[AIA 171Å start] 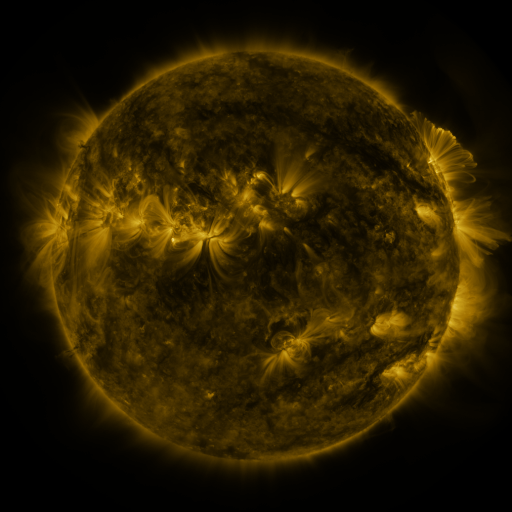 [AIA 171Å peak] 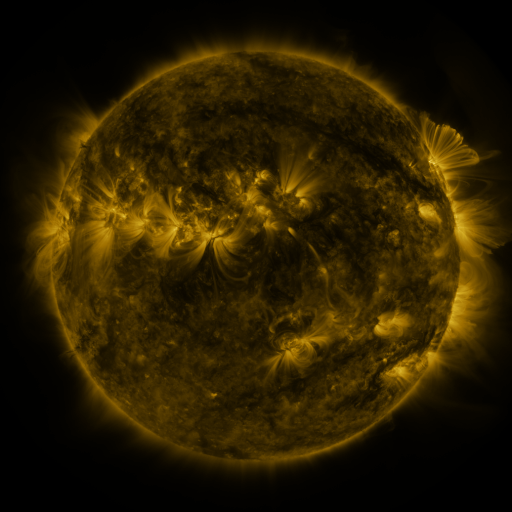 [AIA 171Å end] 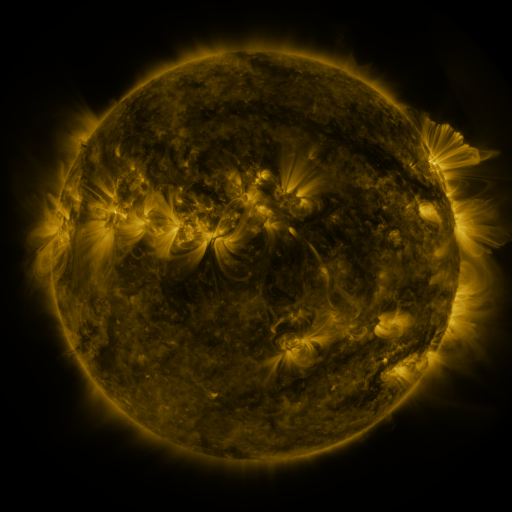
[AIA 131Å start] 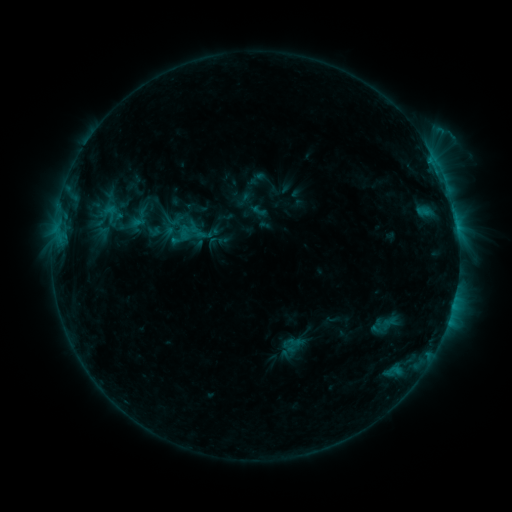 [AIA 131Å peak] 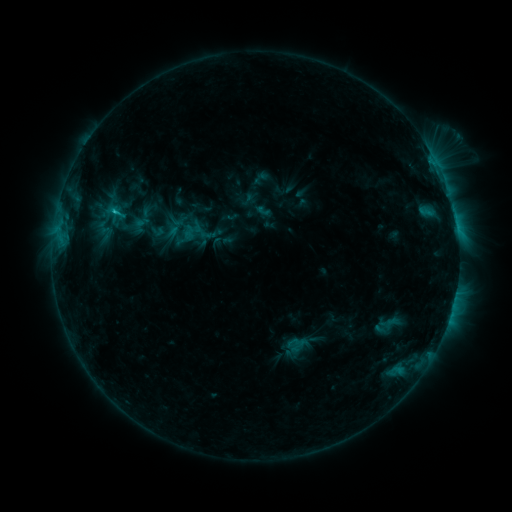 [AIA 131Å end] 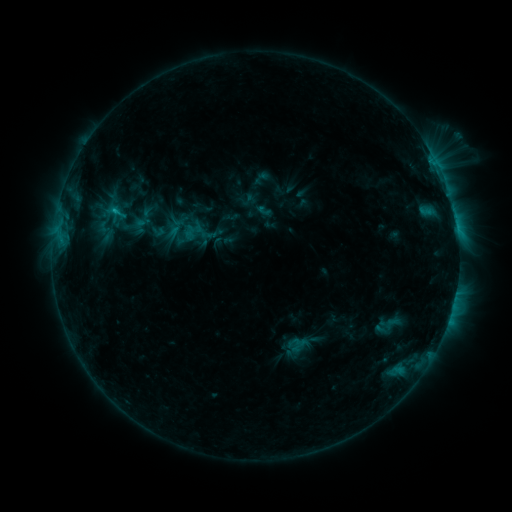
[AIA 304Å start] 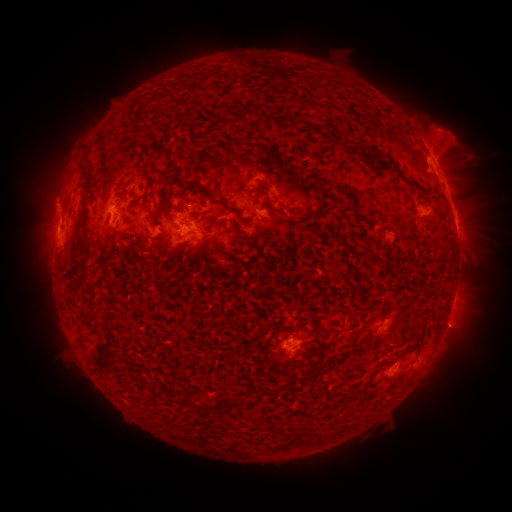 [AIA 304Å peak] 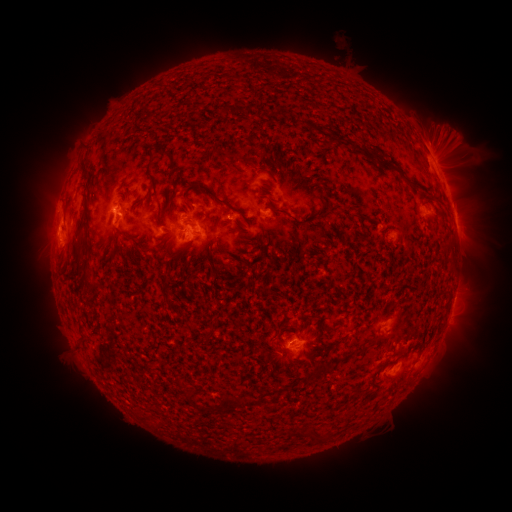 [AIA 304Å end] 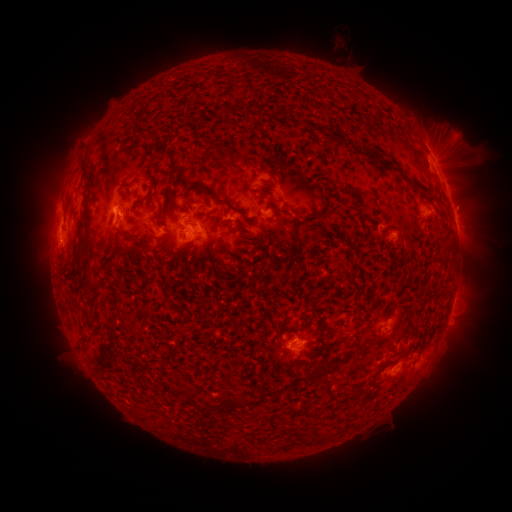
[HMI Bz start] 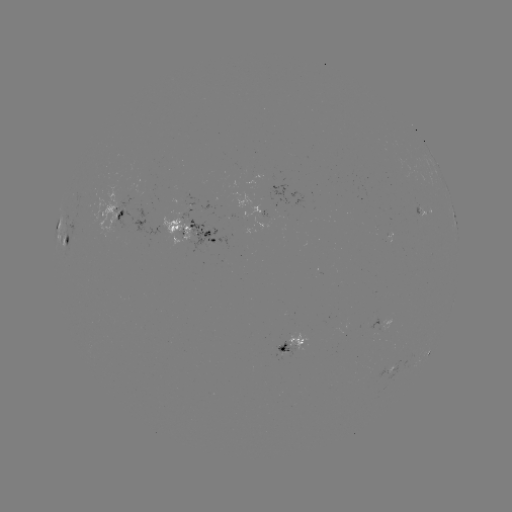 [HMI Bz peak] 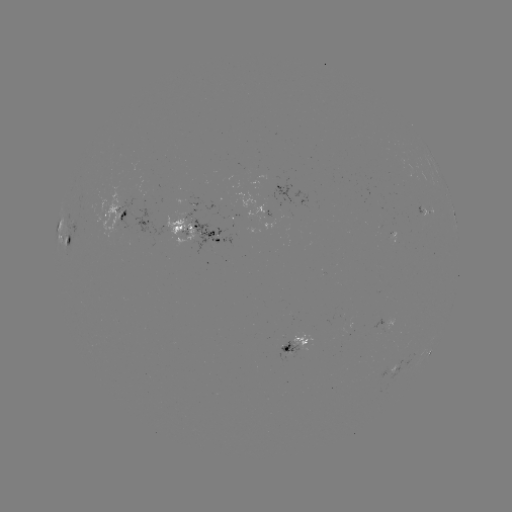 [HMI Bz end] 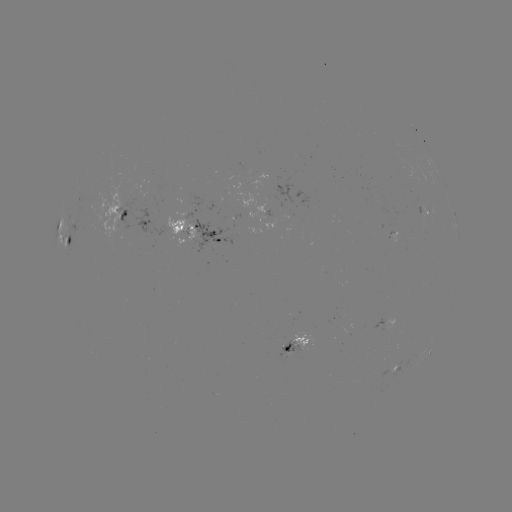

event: emerging-flux region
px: (192, 209)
